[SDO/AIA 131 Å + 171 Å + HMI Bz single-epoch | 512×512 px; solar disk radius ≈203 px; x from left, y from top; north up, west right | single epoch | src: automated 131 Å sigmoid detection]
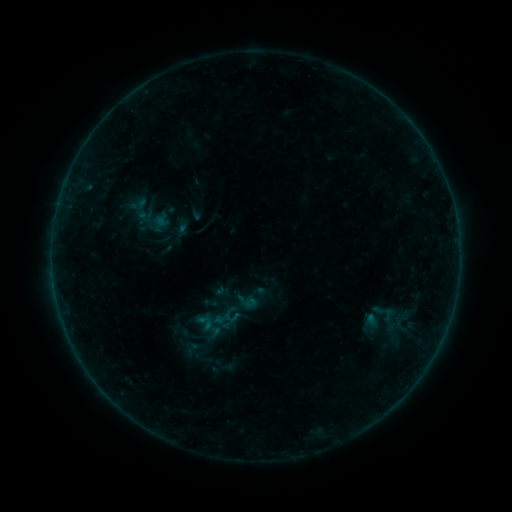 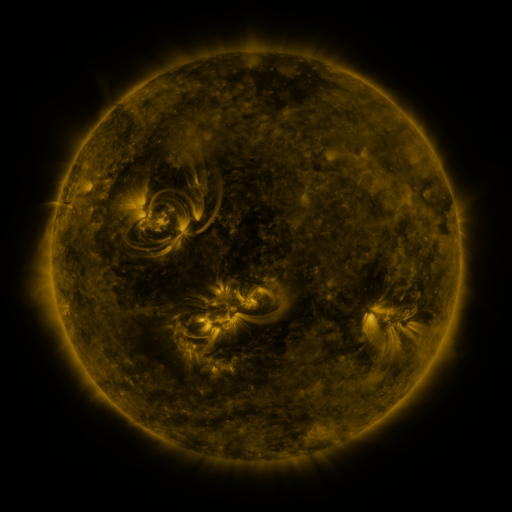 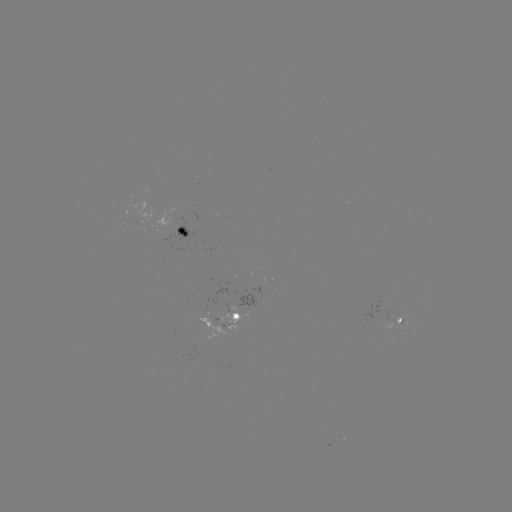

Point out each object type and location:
sigmoid: (129, 196, 151, 221)
sigmoid: (194, 312, 216, 333)
